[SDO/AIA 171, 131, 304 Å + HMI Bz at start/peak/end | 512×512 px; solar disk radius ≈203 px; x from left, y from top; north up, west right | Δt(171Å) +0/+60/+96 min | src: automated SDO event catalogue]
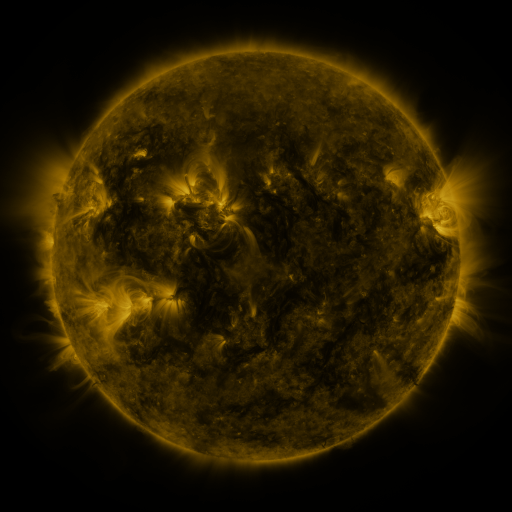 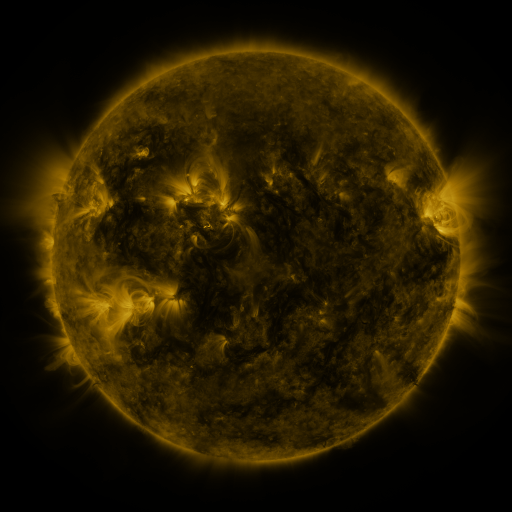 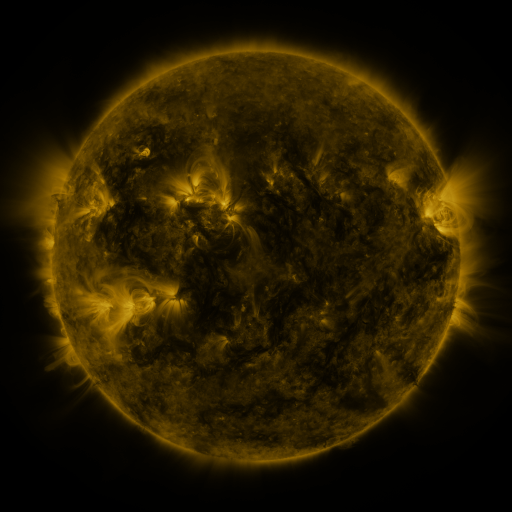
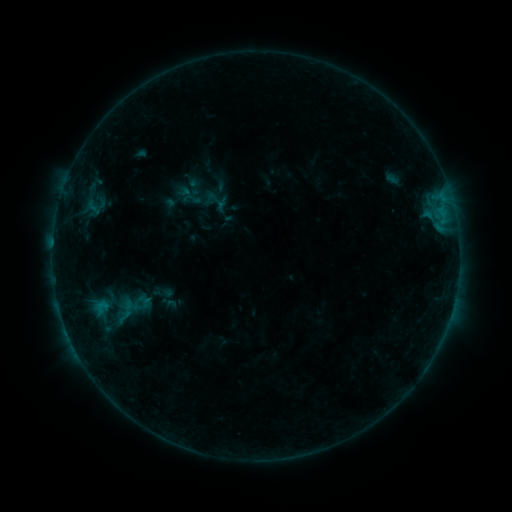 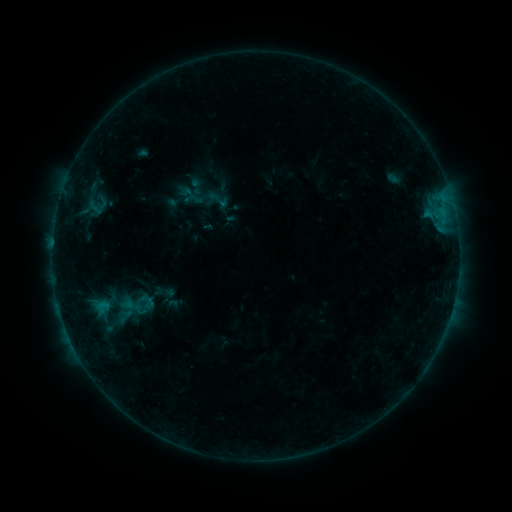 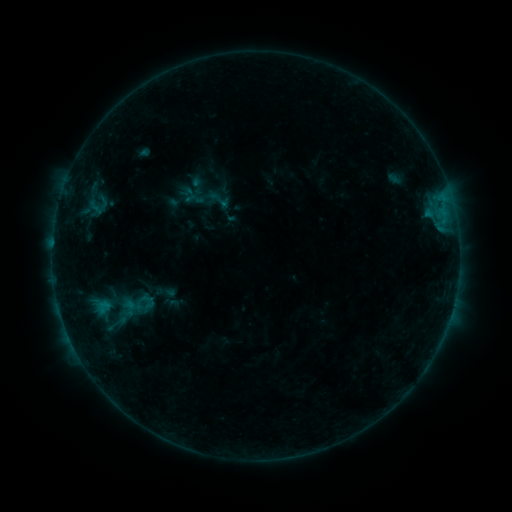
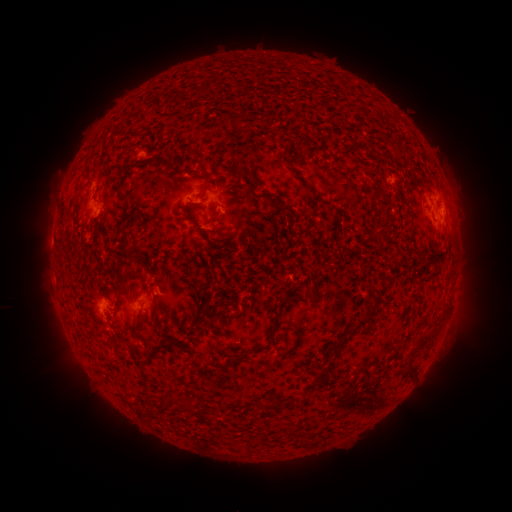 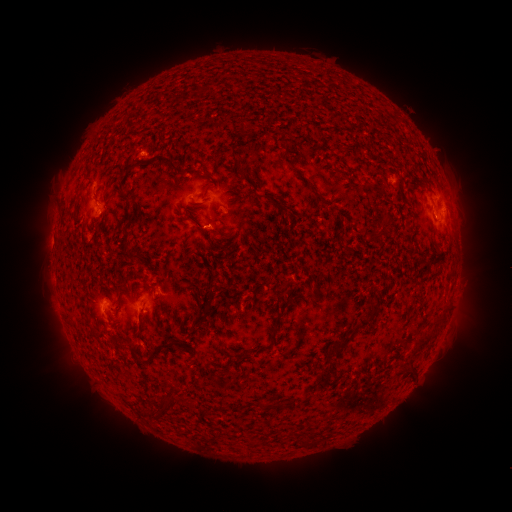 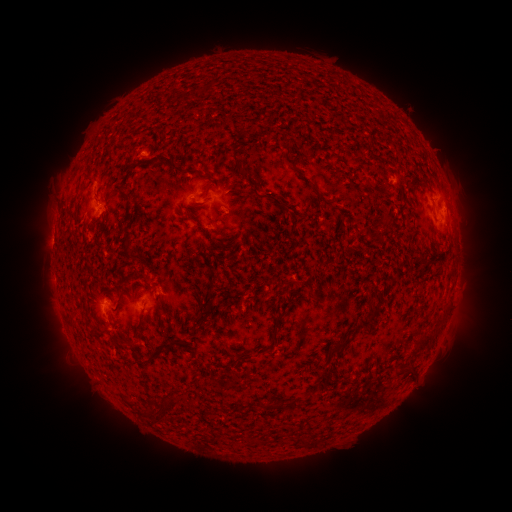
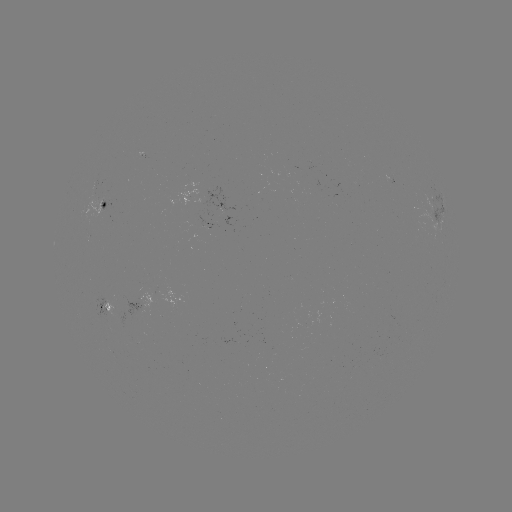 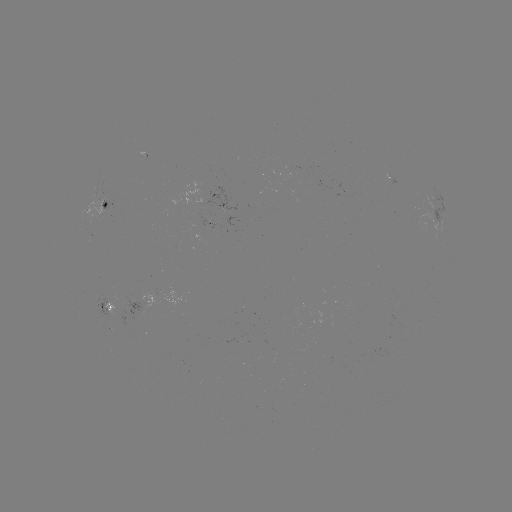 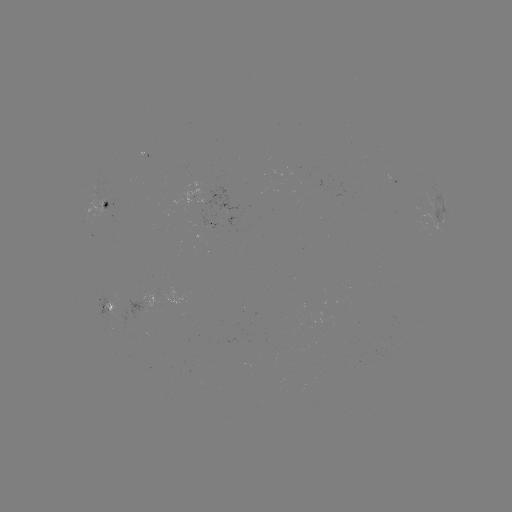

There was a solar emerging-flux region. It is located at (95, 190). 